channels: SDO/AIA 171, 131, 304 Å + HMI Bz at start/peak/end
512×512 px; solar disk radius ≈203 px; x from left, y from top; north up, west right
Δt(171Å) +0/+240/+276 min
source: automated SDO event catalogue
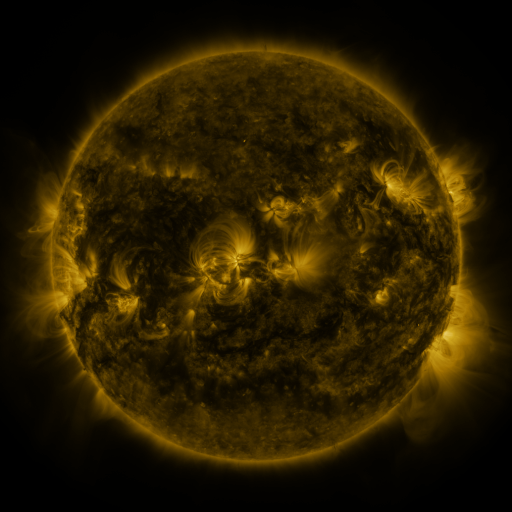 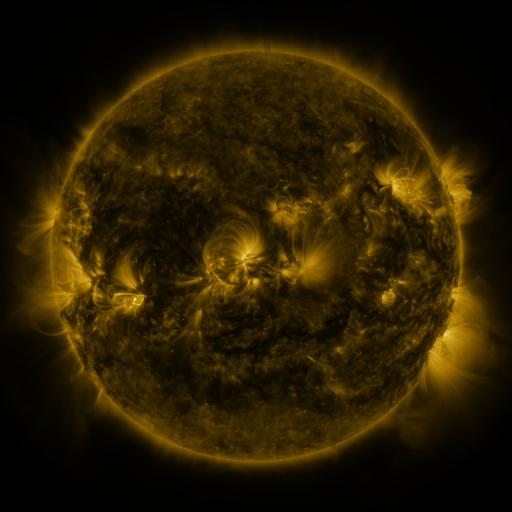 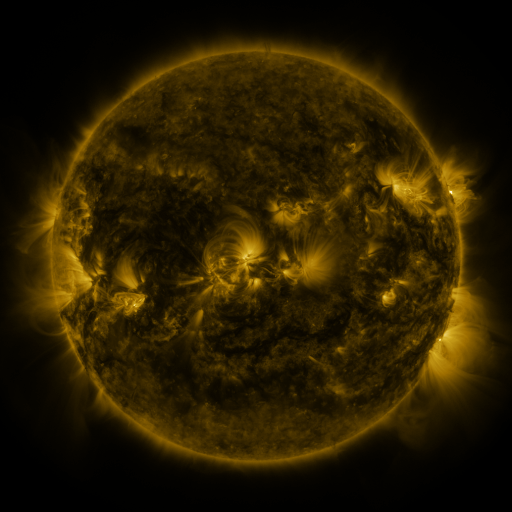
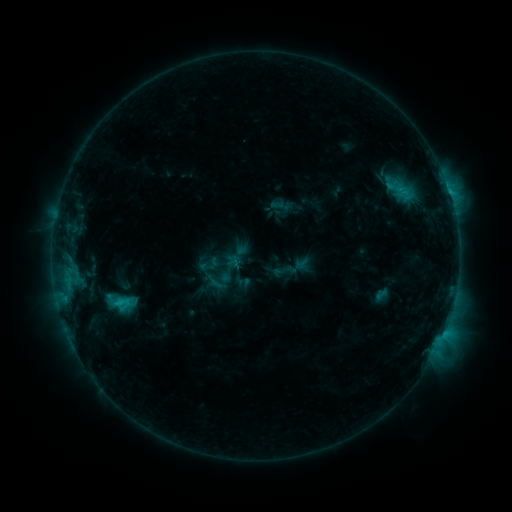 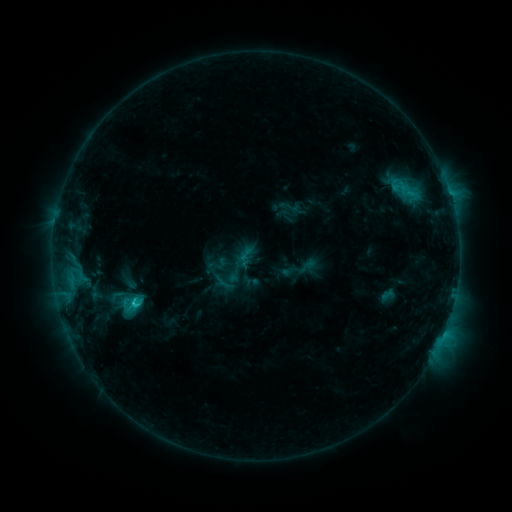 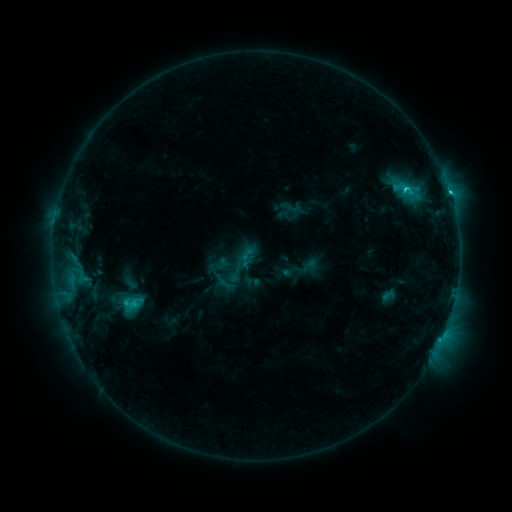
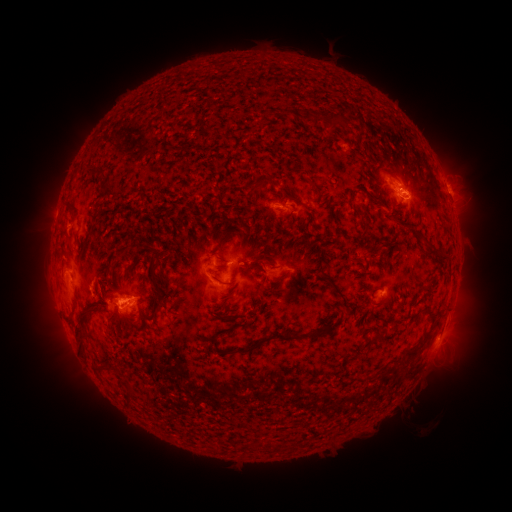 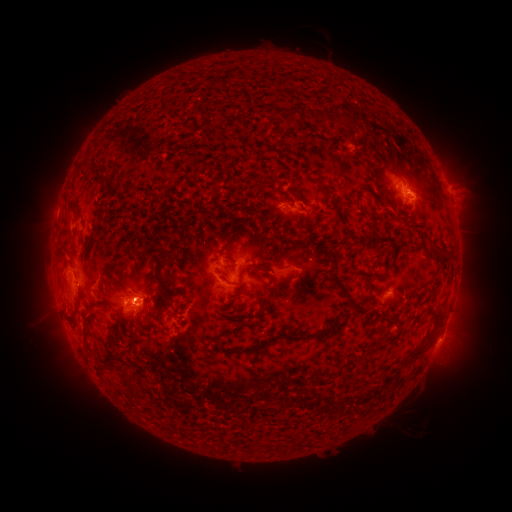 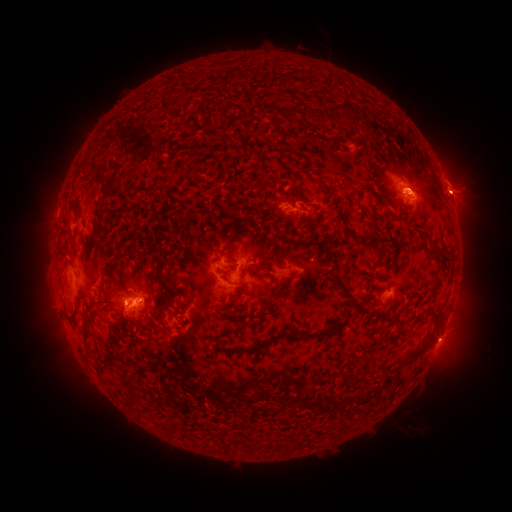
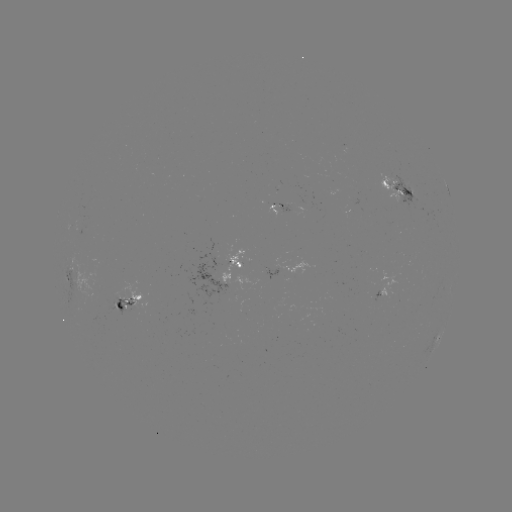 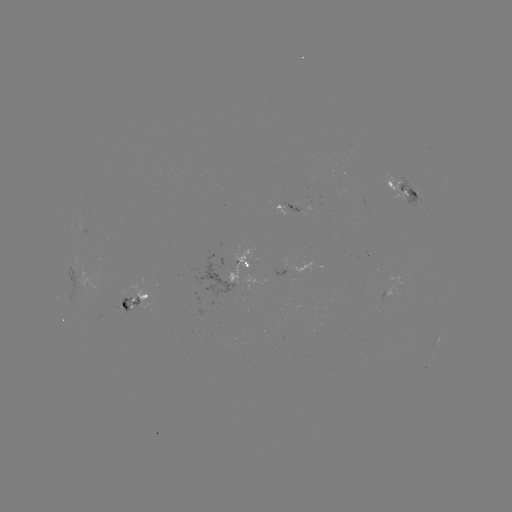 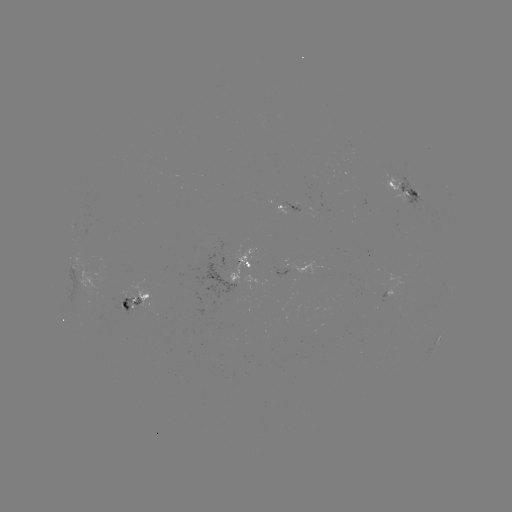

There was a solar emerging-flux region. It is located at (392, 177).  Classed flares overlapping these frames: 2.